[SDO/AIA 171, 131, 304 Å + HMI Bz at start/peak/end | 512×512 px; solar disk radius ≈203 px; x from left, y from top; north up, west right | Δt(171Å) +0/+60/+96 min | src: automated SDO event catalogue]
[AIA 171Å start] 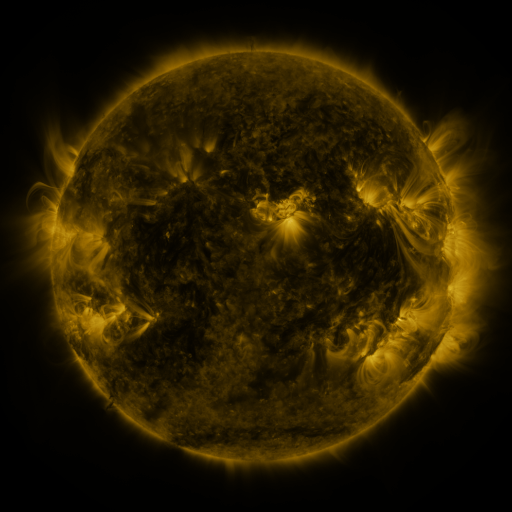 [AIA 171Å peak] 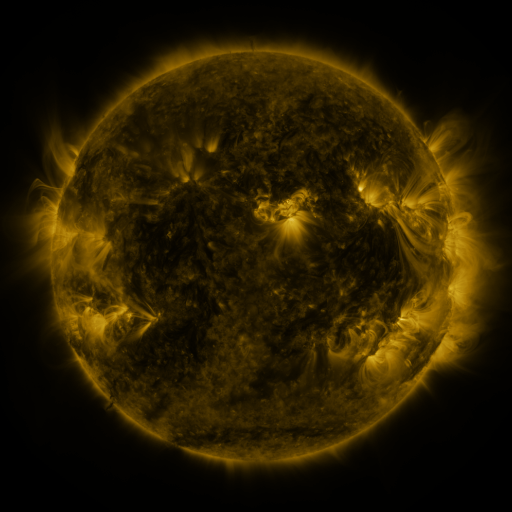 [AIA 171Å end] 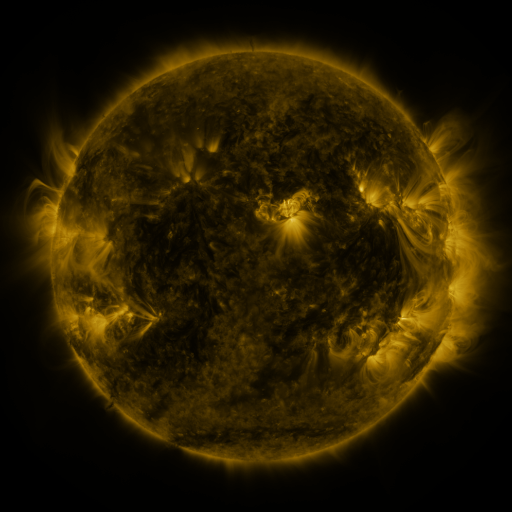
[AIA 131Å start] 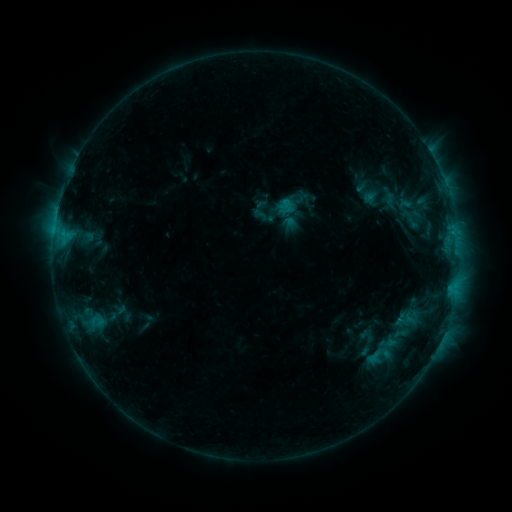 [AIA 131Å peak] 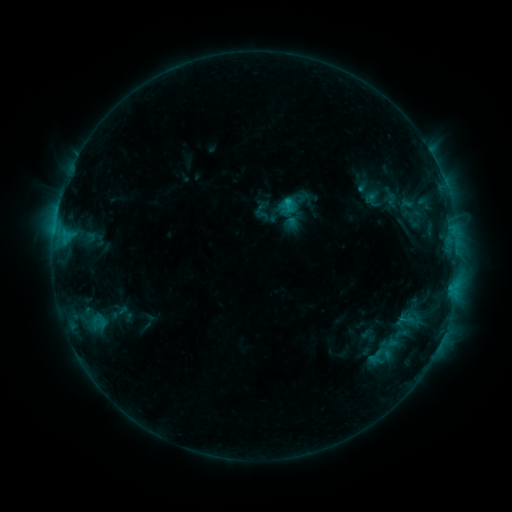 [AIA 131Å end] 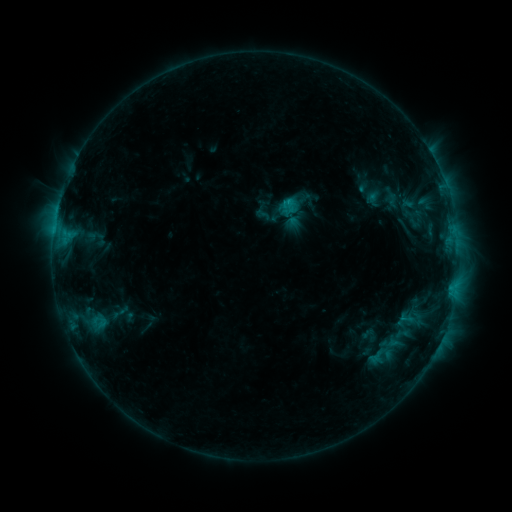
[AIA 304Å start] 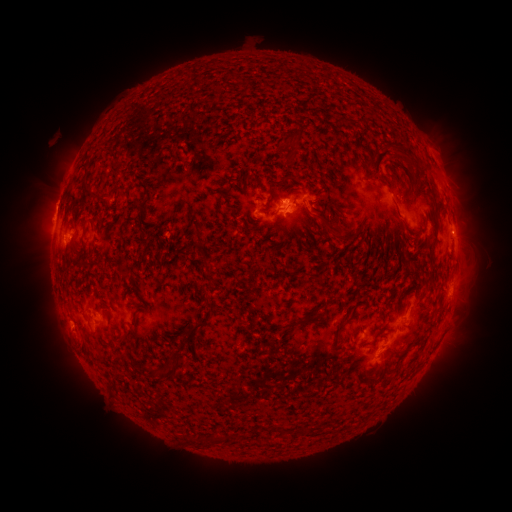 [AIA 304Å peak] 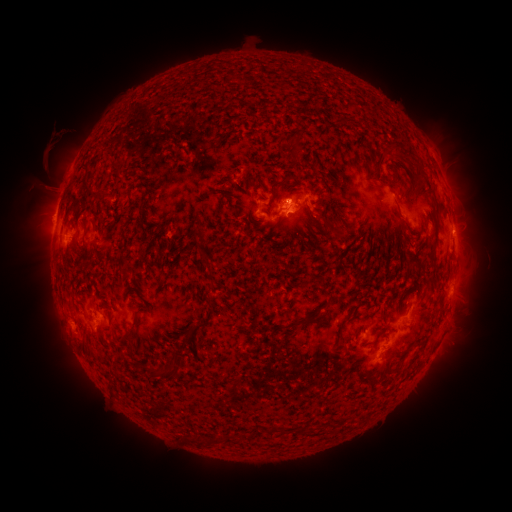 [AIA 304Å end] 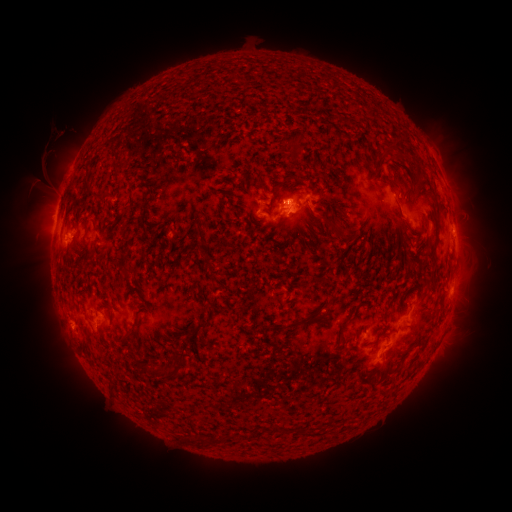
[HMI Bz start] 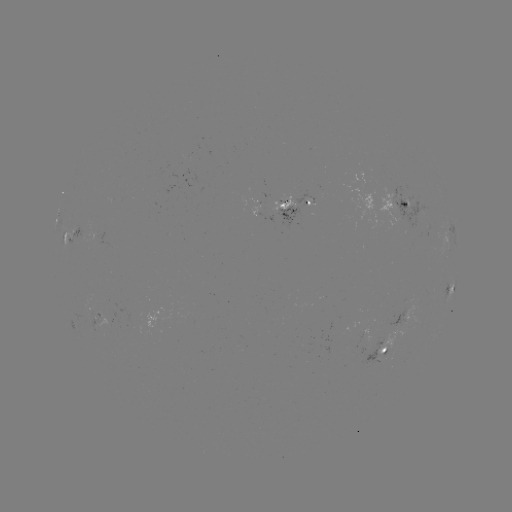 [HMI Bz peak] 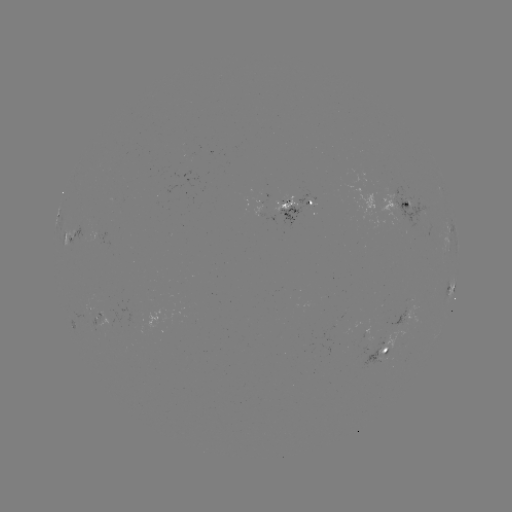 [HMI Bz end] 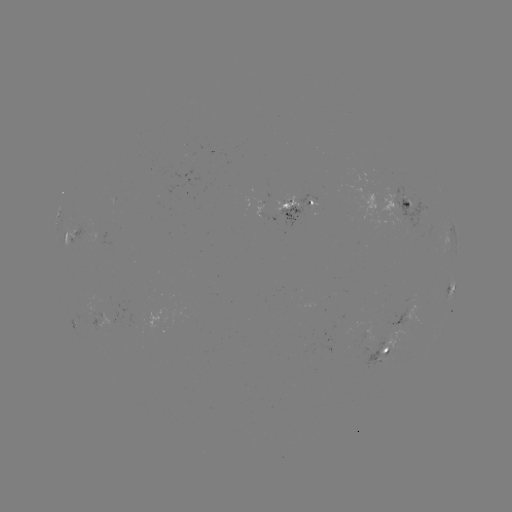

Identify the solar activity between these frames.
emerging-flux region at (96, 319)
